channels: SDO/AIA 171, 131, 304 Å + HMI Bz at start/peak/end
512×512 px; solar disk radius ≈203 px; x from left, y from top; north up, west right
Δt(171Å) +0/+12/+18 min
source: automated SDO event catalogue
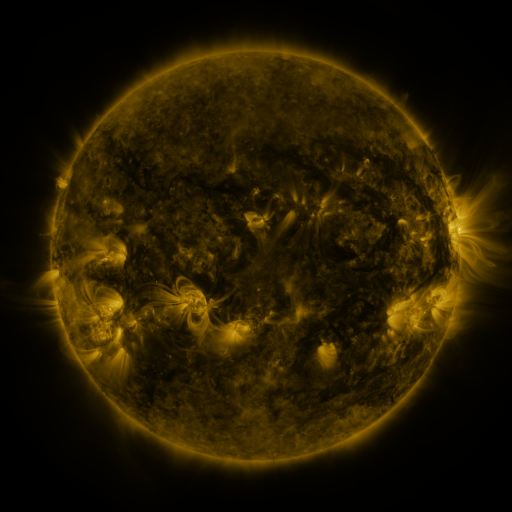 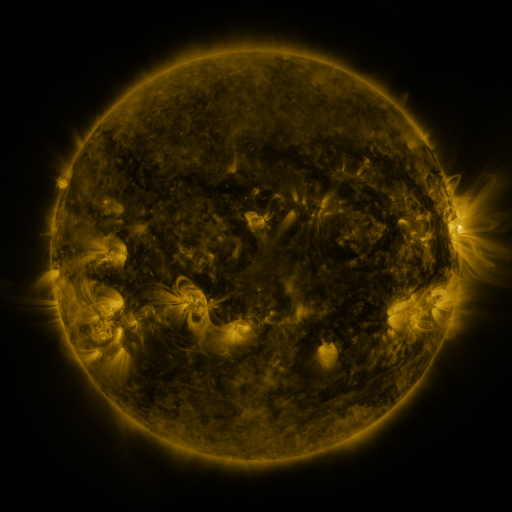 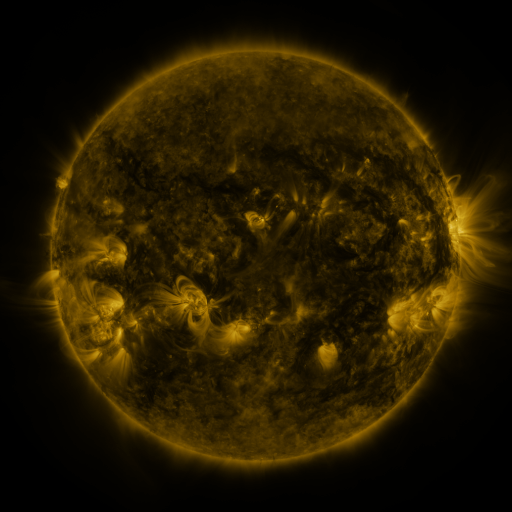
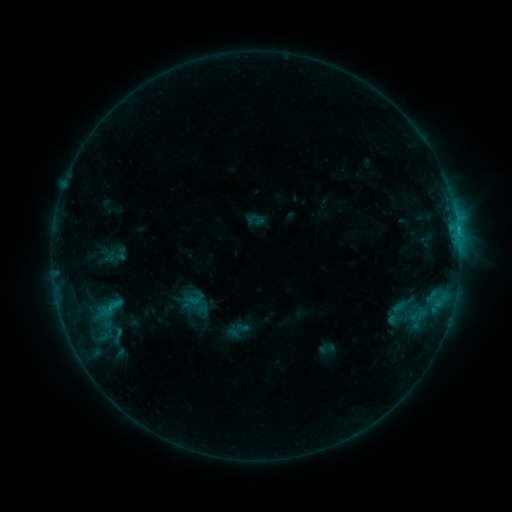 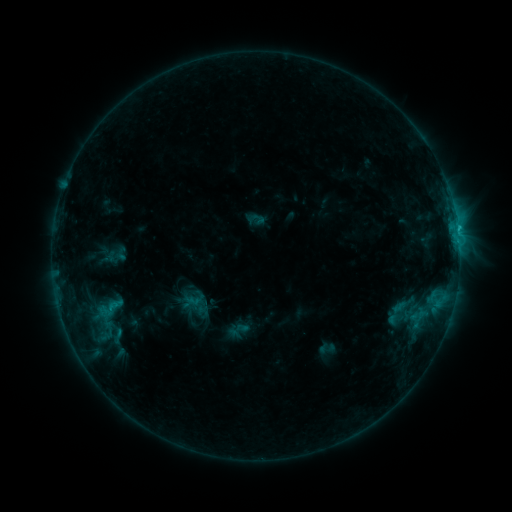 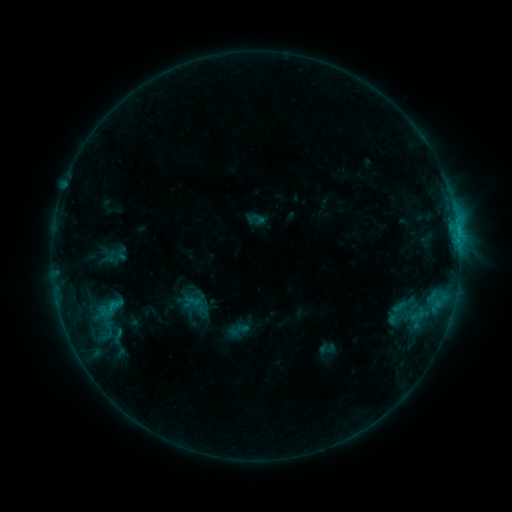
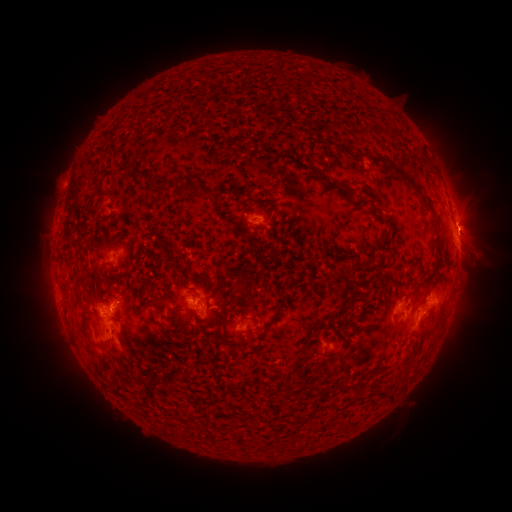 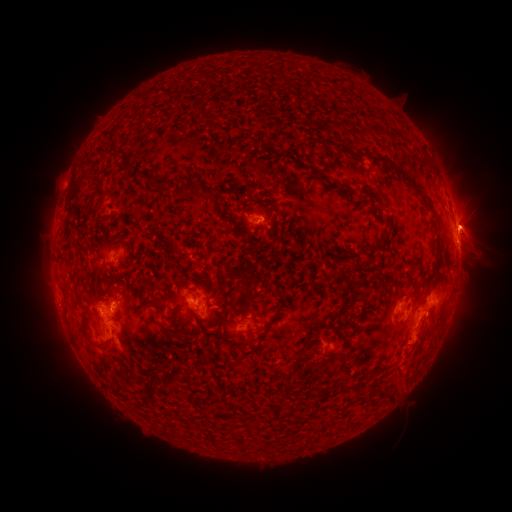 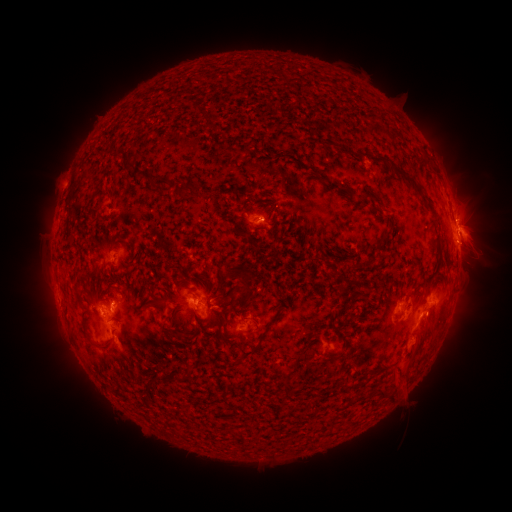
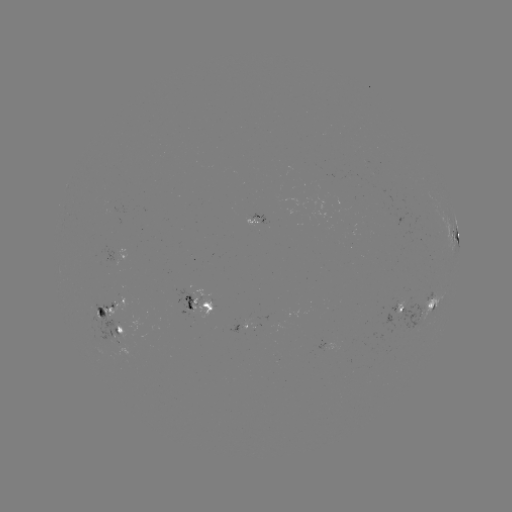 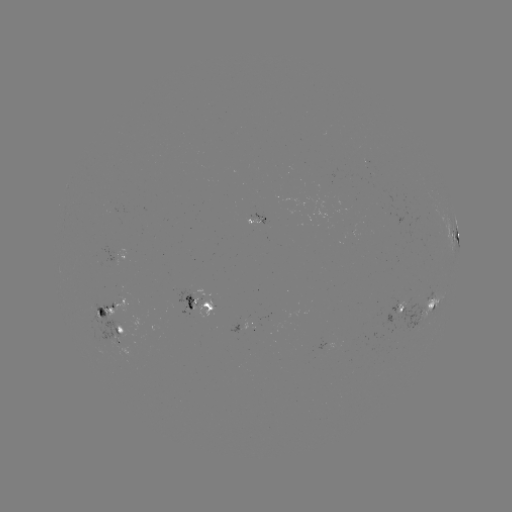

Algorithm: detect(eruption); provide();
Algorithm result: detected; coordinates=475,224